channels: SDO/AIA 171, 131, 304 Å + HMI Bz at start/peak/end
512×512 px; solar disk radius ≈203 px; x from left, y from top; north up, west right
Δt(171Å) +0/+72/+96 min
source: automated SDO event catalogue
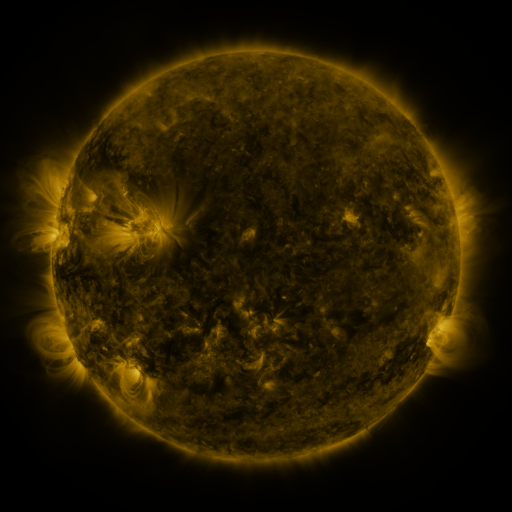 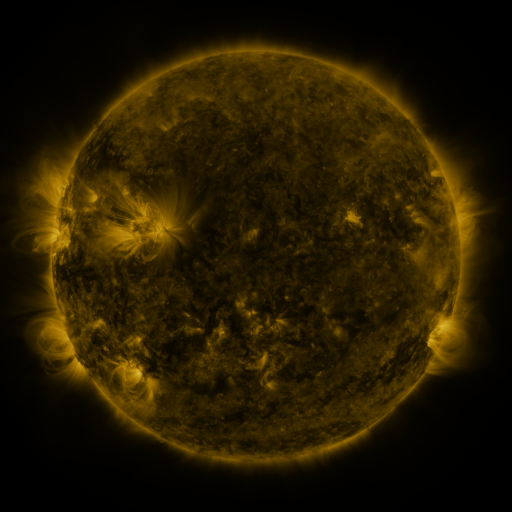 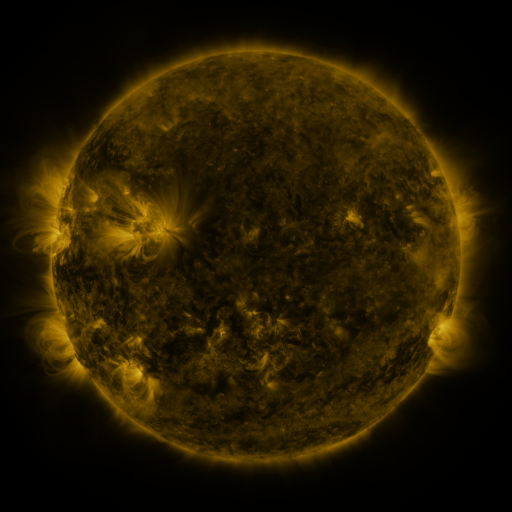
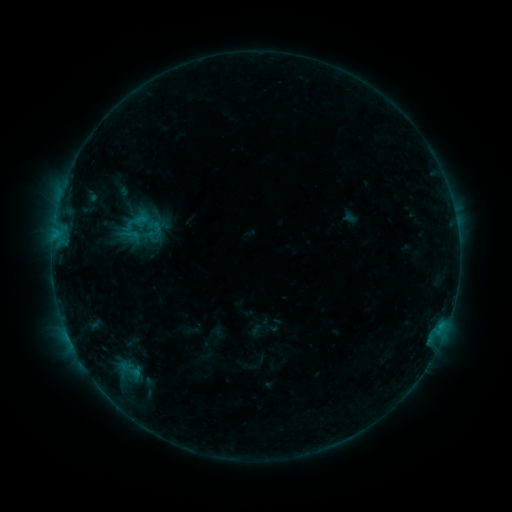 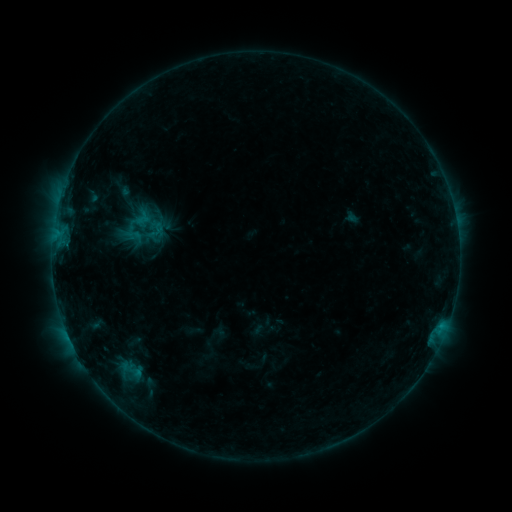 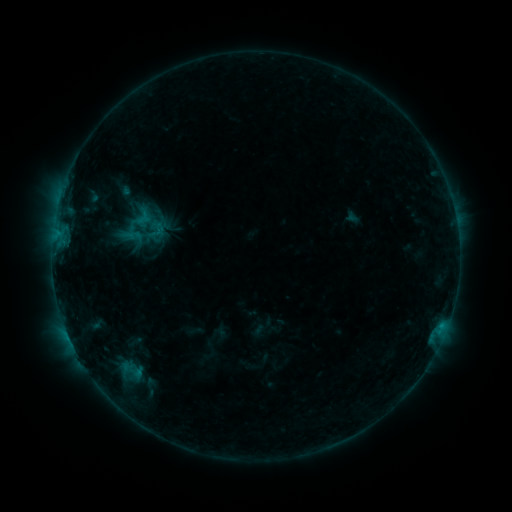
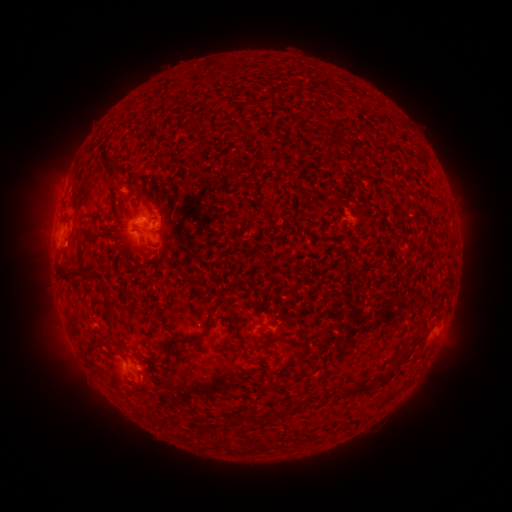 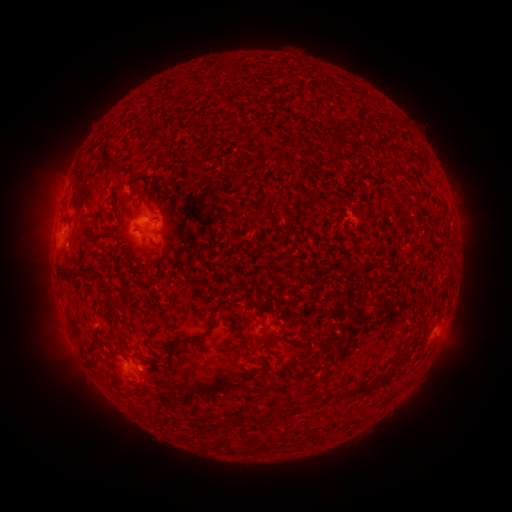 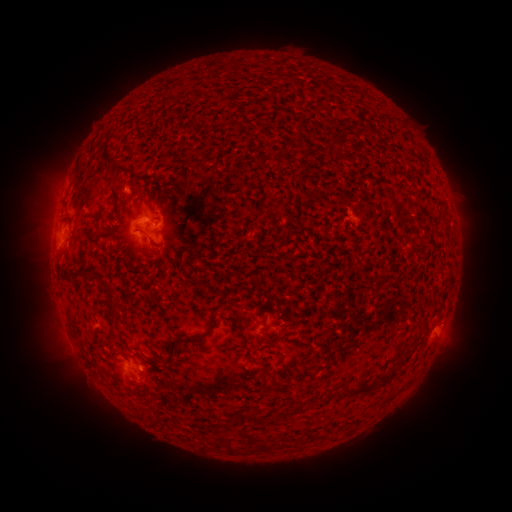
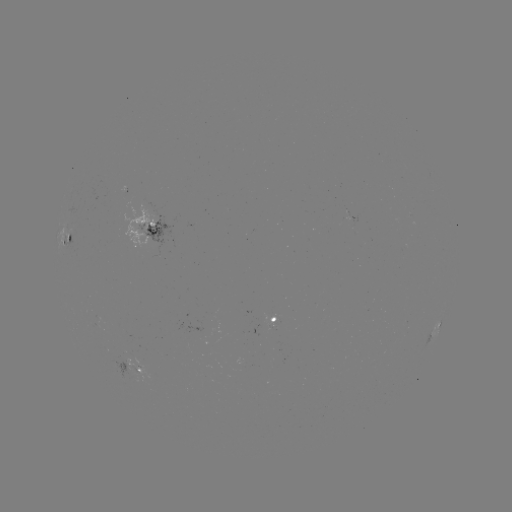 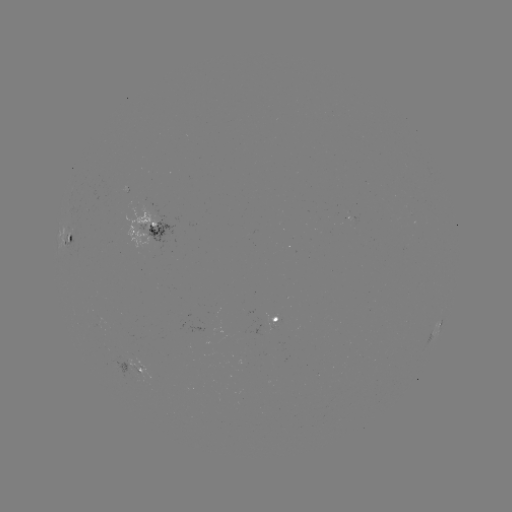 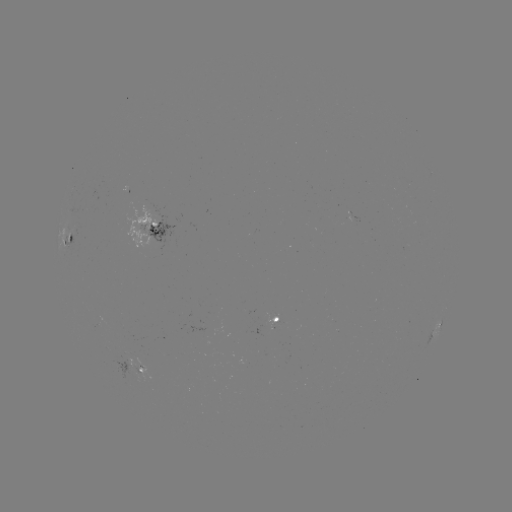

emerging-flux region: (126, 366, 145, 383)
